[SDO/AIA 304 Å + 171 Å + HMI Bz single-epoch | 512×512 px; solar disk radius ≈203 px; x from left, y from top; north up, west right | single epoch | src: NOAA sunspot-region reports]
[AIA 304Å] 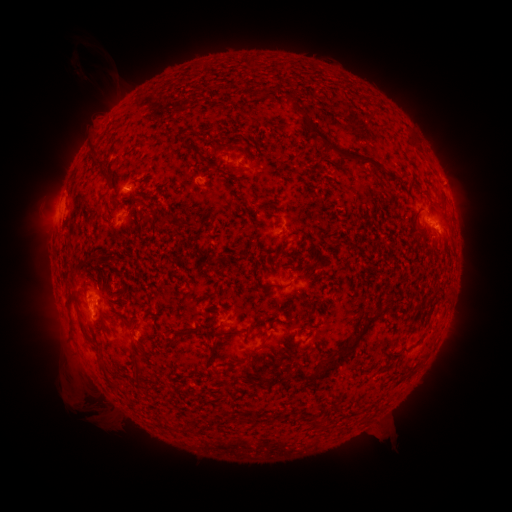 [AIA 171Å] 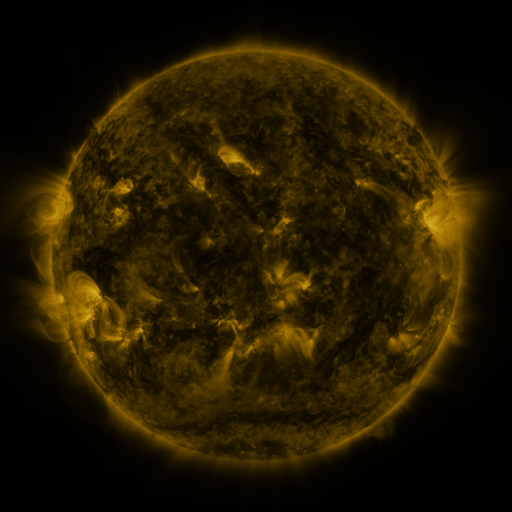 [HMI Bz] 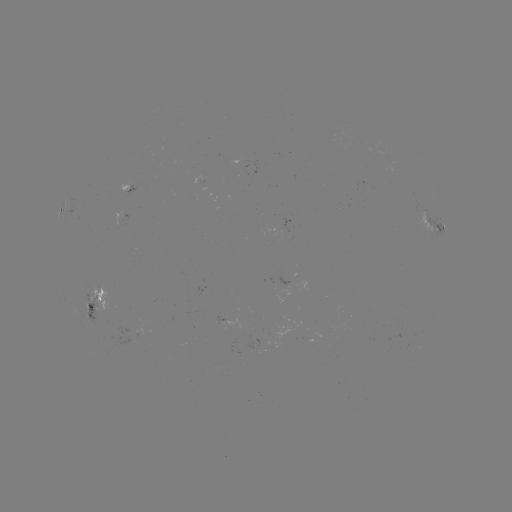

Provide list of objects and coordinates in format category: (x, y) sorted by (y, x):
spotted active region: (245, 168)
spotted active region: (129, 189)
spotted active region: (123, 220)
spotted active region: (429, 224)
spotted active region: (92, 298)
